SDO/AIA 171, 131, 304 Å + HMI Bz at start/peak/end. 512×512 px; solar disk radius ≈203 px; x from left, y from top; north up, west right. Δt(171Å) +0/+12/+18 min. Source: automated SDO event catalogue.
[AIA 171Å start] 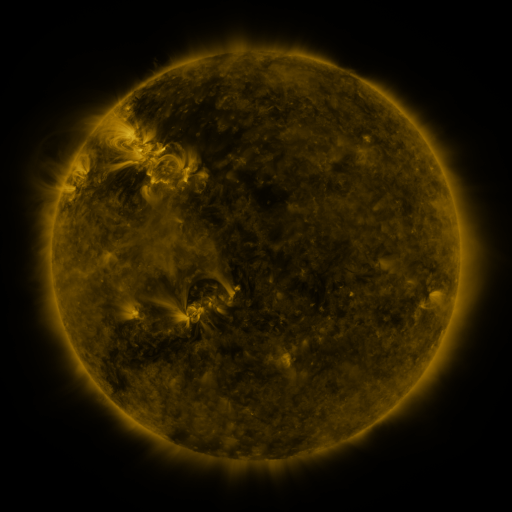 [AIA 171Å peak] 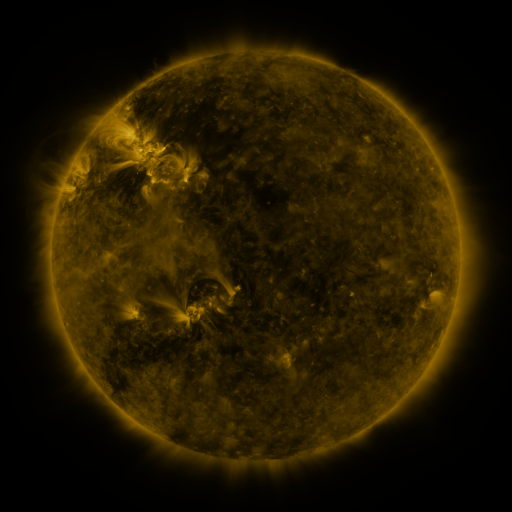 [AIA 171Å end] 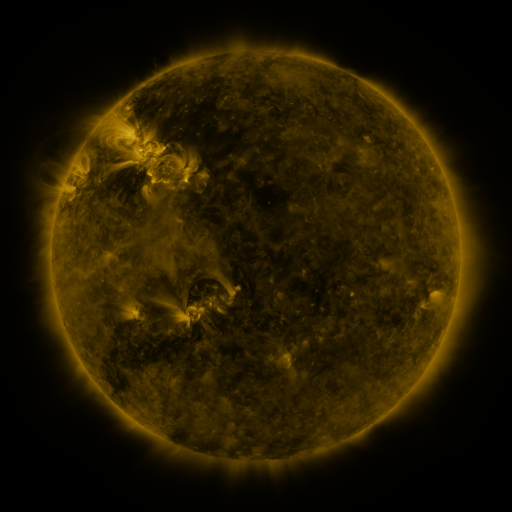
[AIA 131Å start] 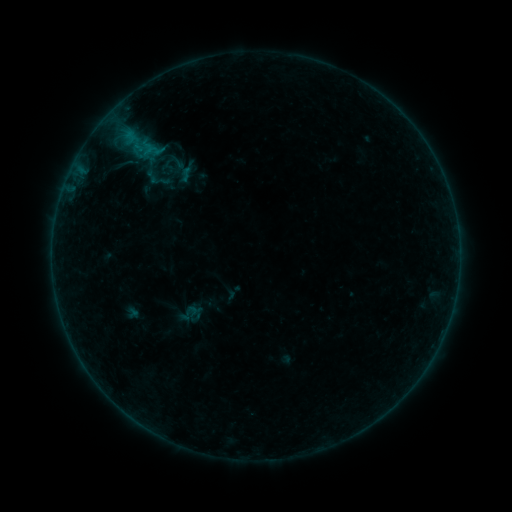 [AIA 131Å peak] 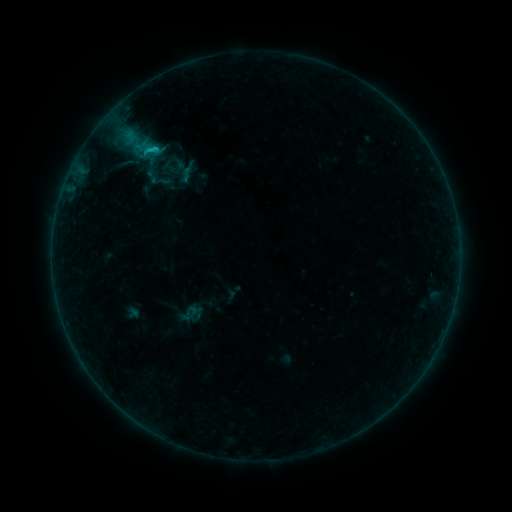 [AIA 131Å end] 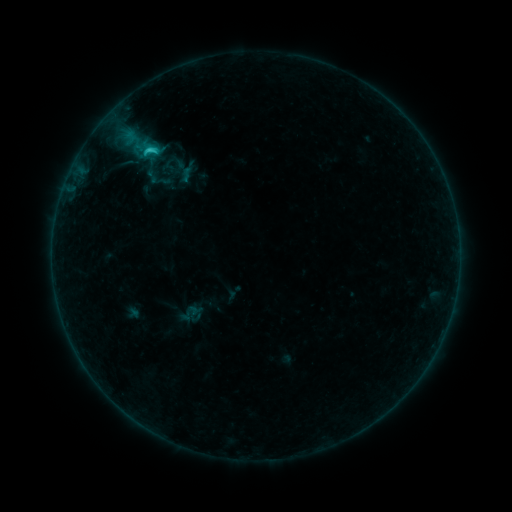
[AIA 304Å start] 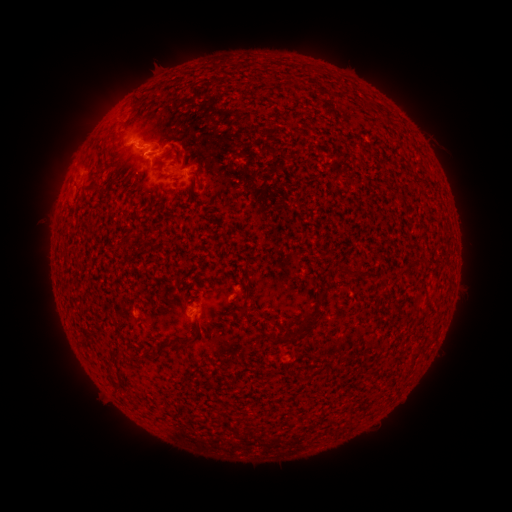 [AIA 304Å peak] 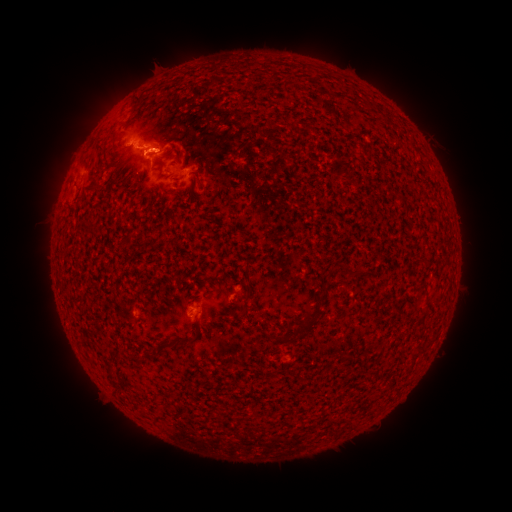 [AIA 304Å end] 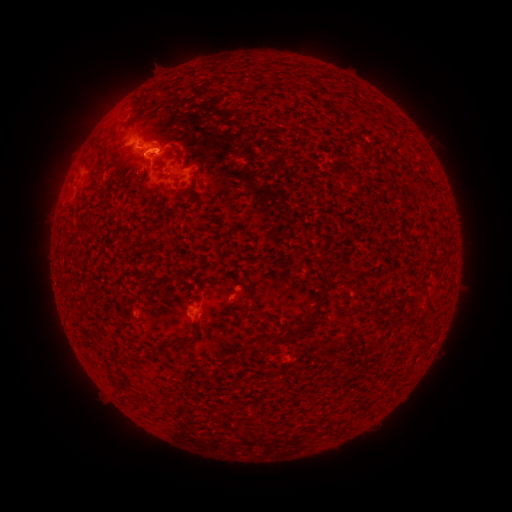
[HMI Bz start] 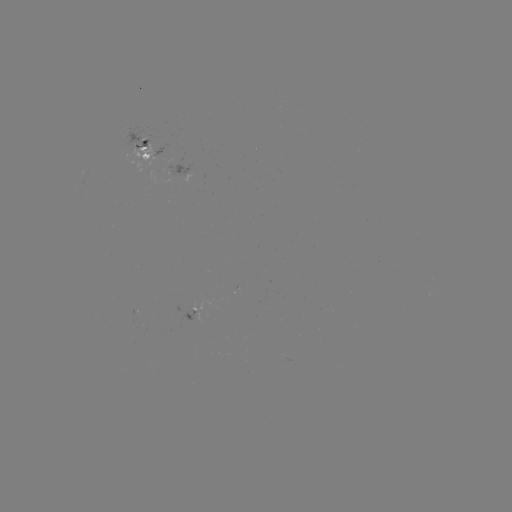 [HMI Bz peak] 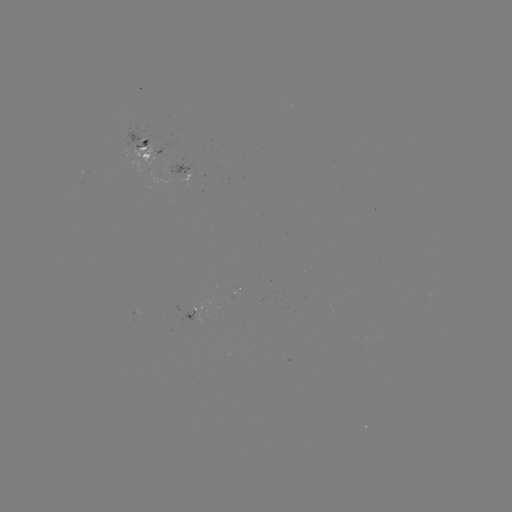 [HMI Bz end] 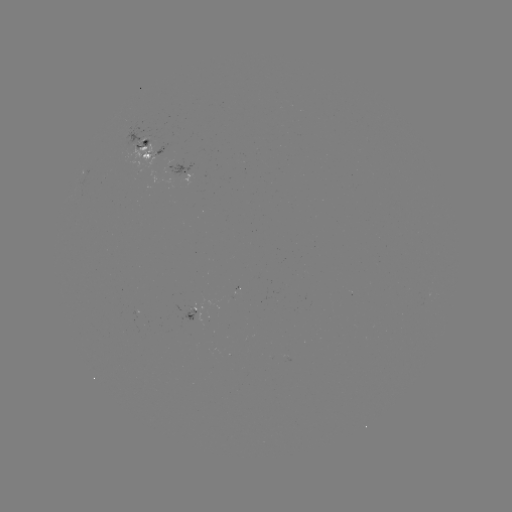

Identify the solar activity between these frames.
eruption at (157, 144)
